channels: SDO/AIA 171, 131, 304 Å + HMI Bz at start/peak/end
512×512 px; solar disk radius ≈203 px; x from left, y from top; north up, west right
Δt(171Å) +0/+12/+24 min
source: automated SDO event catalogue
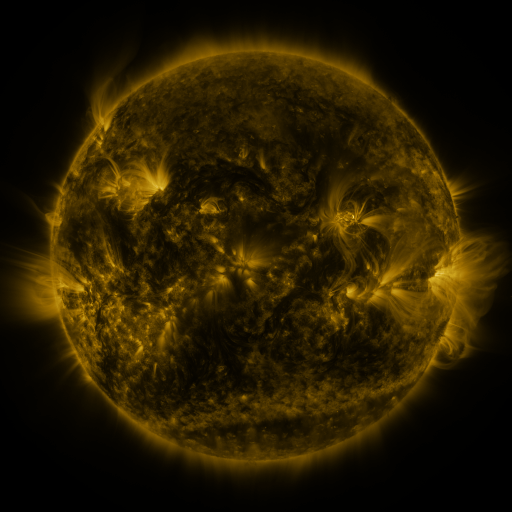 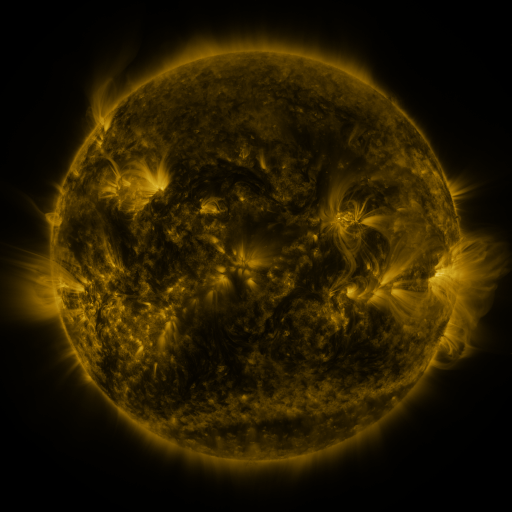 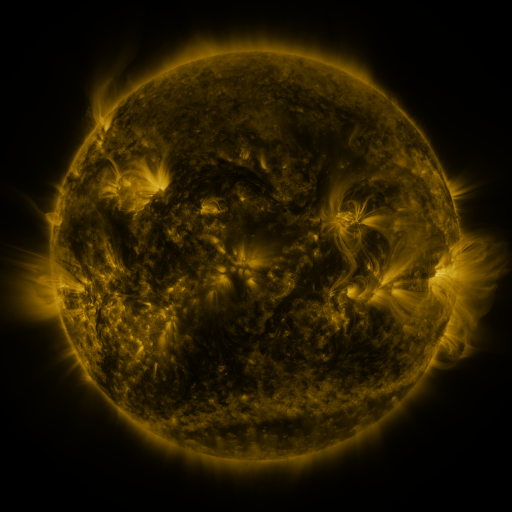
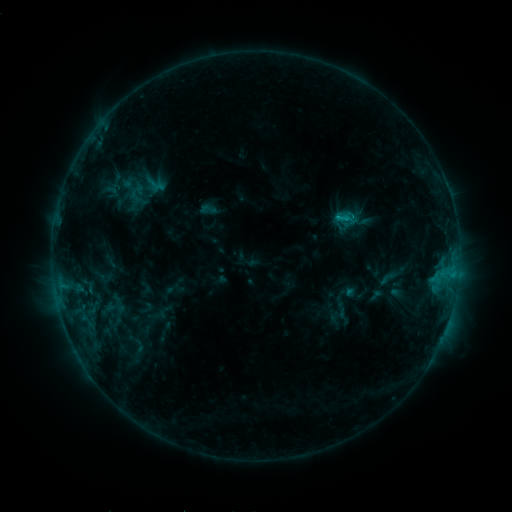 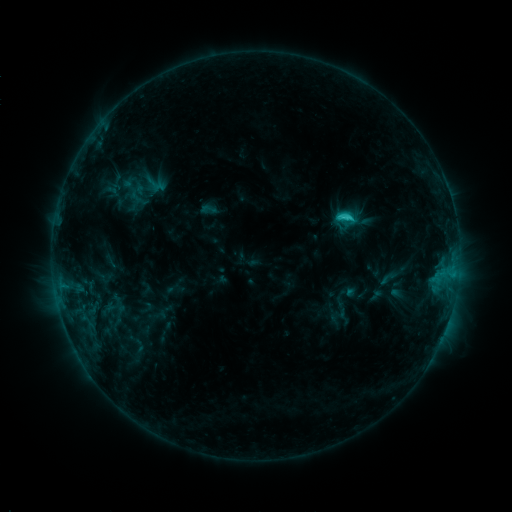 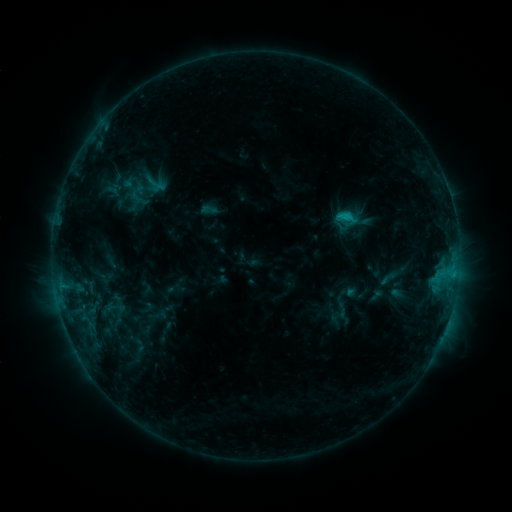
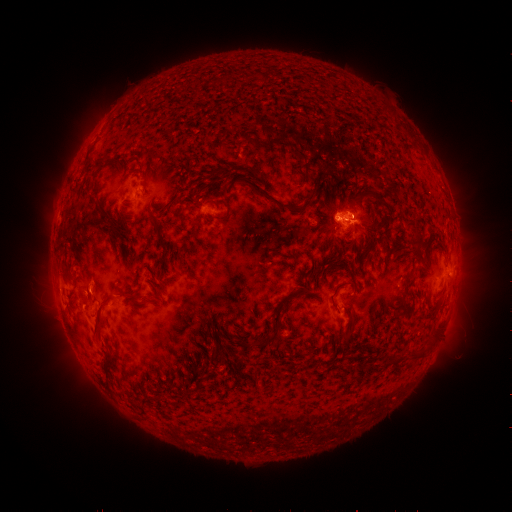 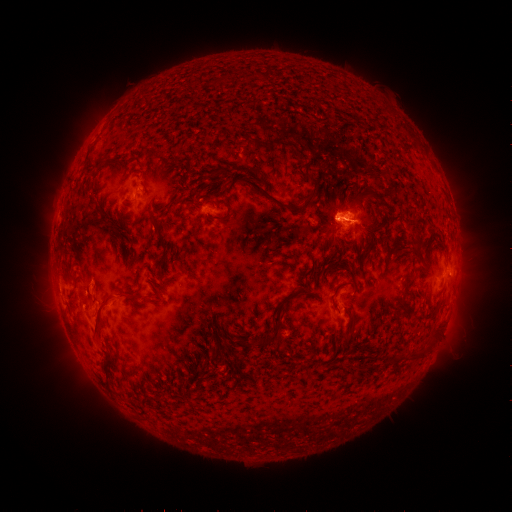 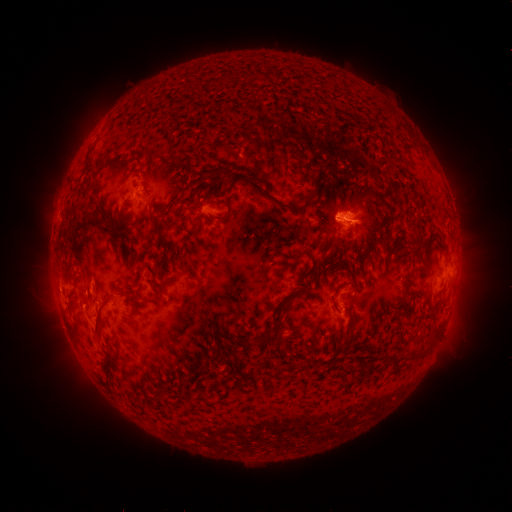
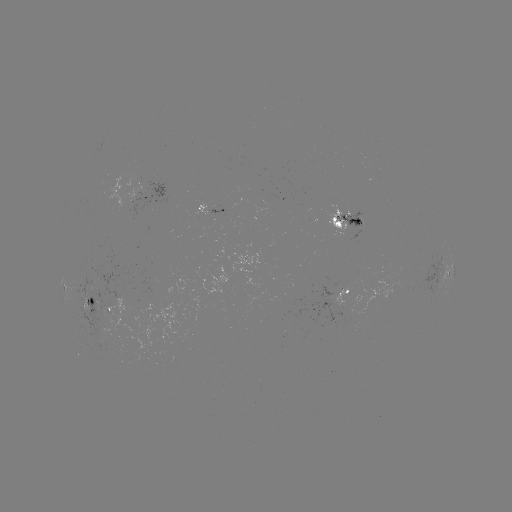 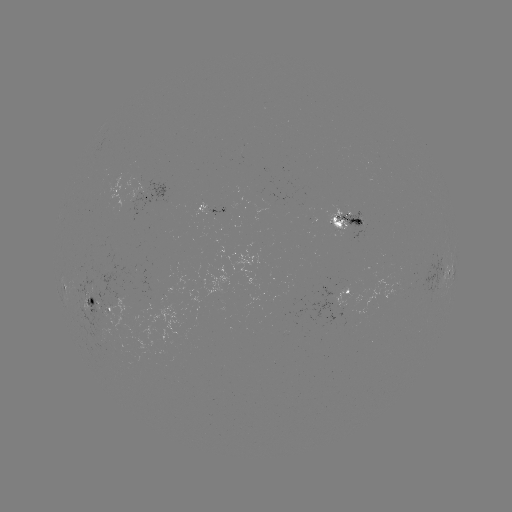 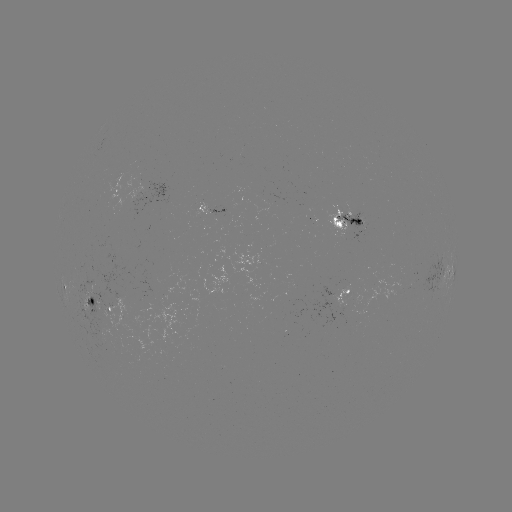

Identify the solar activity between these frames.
C1.9 flare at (344, 218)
